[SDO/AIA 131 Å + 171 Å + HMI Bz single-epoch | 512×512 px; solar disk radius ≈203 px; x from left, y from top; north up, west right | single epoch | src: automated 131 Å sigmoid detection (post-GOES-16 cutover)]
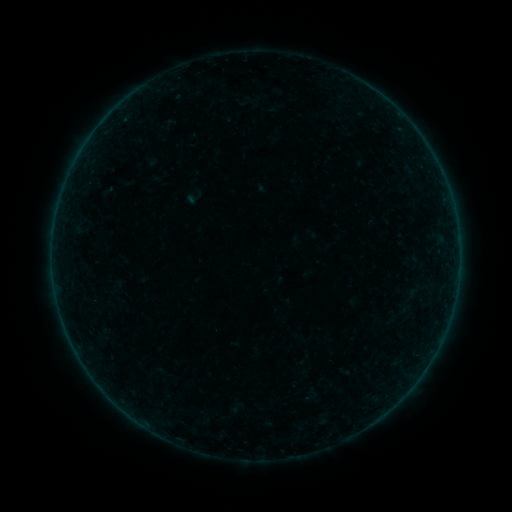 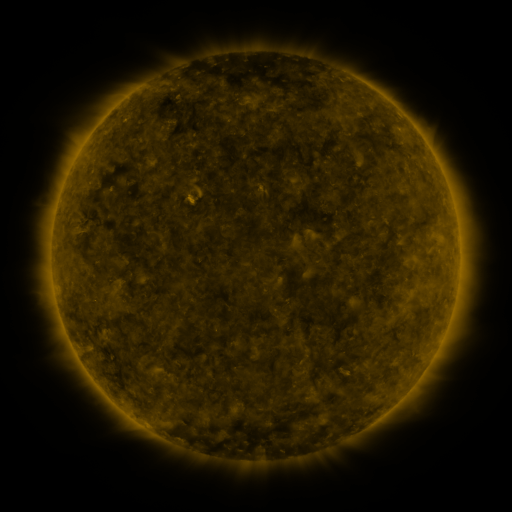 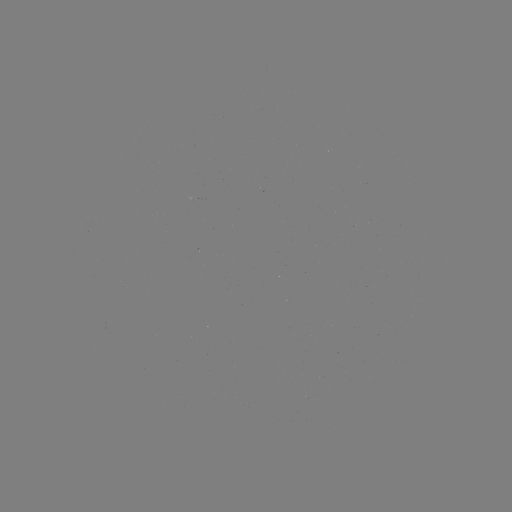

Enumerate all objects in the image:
sigmoid: (414, 291)
